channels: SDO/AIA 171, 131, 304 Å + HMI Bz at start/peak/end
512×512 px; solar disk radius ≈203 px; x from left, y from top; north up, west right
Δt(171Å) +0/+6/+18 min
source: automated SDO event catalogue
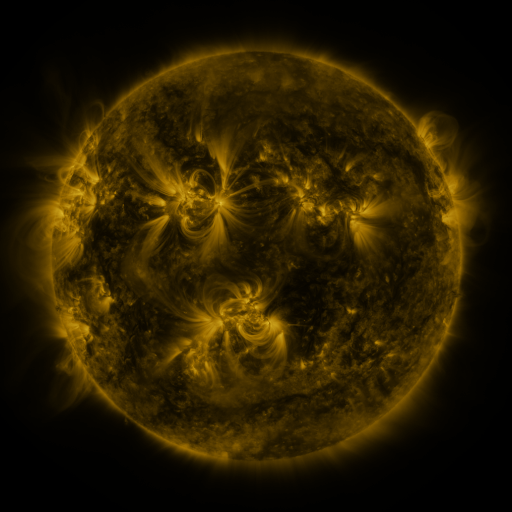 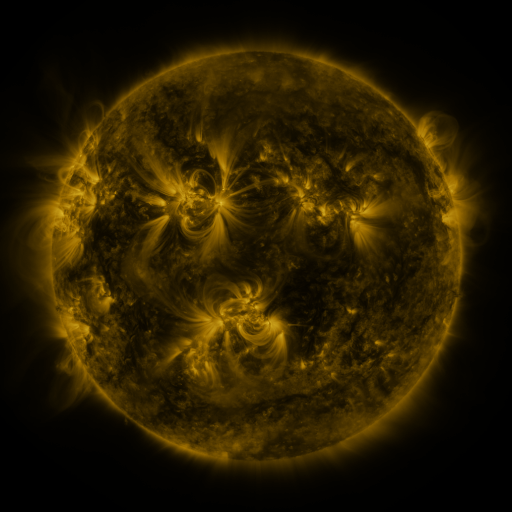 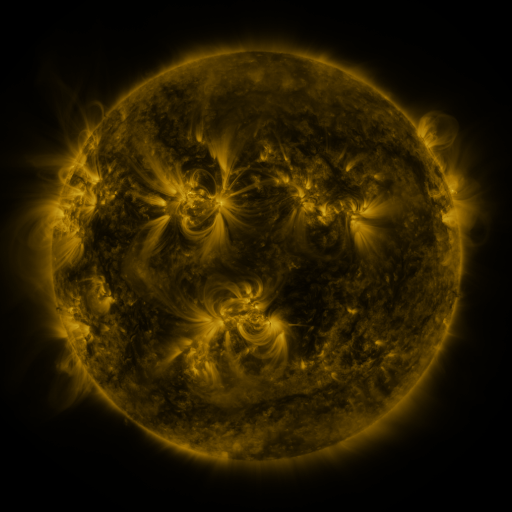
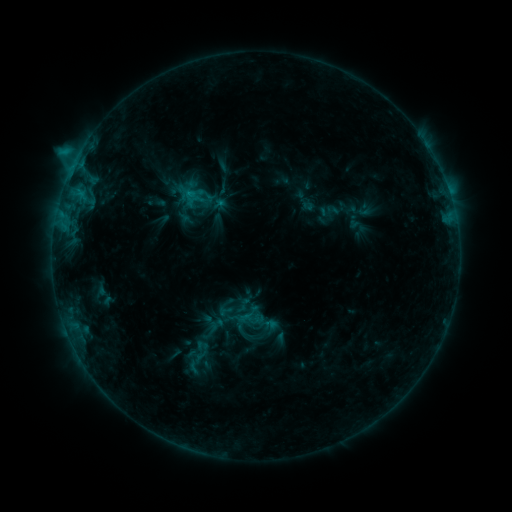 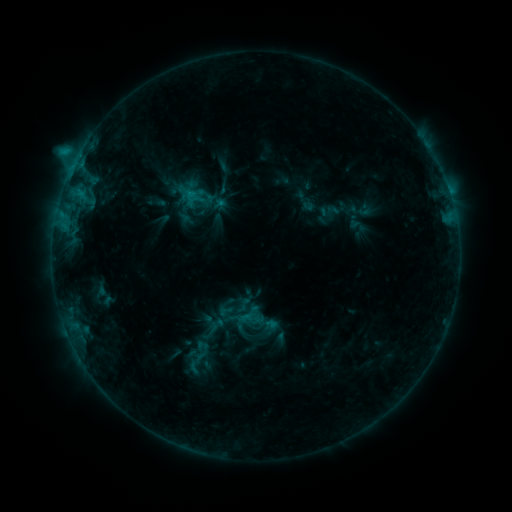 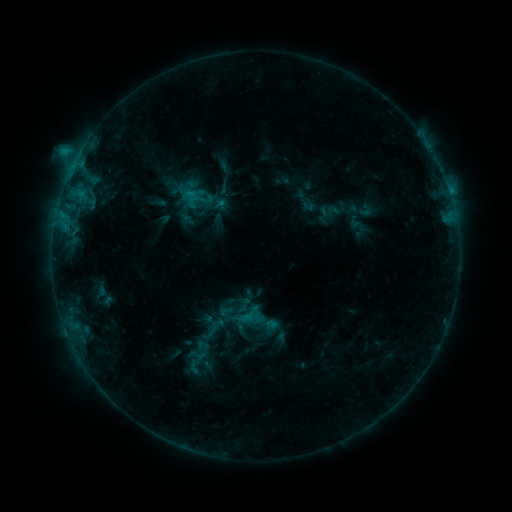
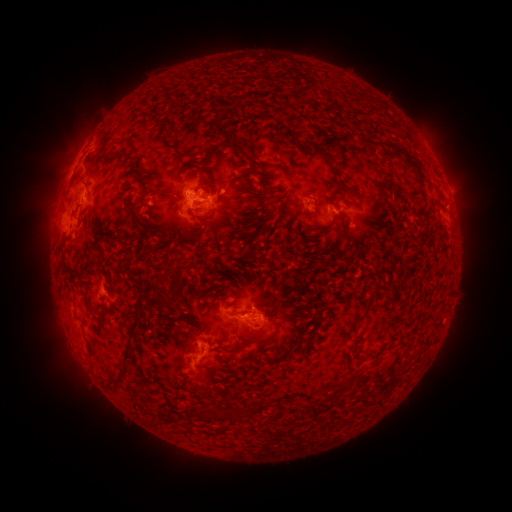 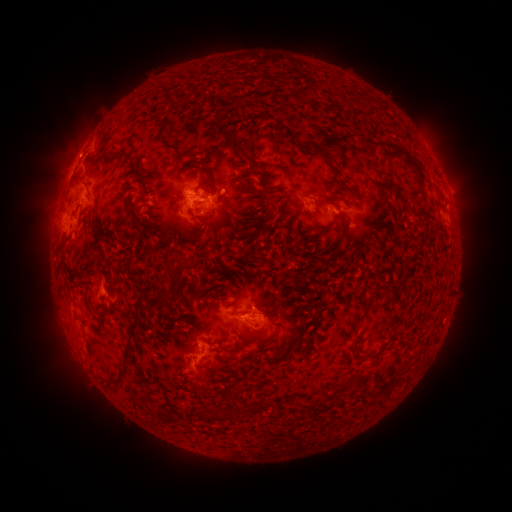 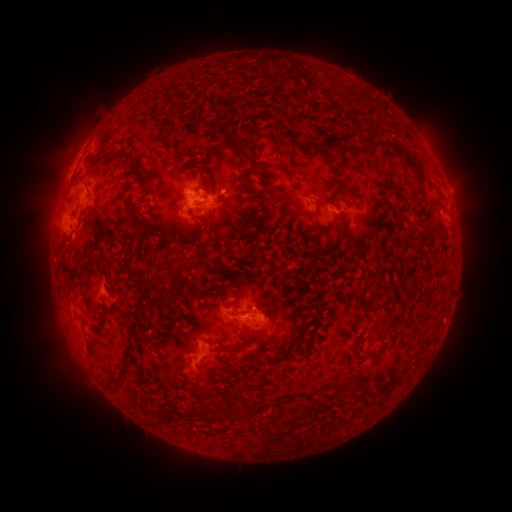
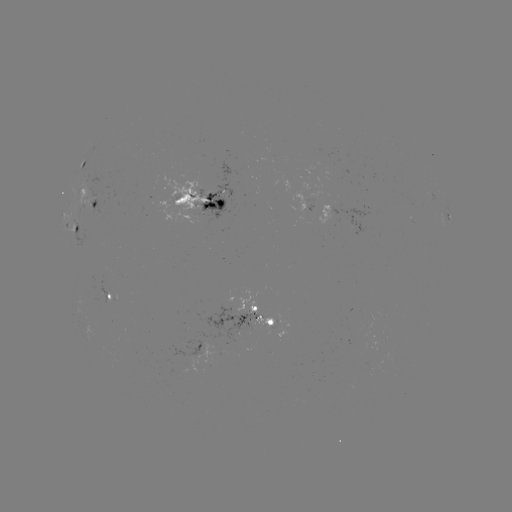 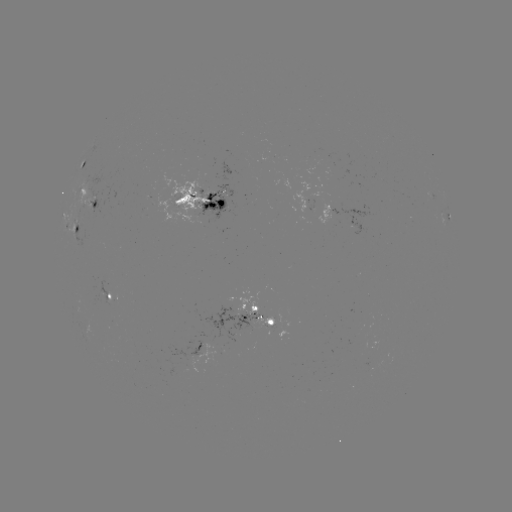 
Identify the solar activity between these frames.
nothing was catalogued: no classed flare, no EUV trigger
